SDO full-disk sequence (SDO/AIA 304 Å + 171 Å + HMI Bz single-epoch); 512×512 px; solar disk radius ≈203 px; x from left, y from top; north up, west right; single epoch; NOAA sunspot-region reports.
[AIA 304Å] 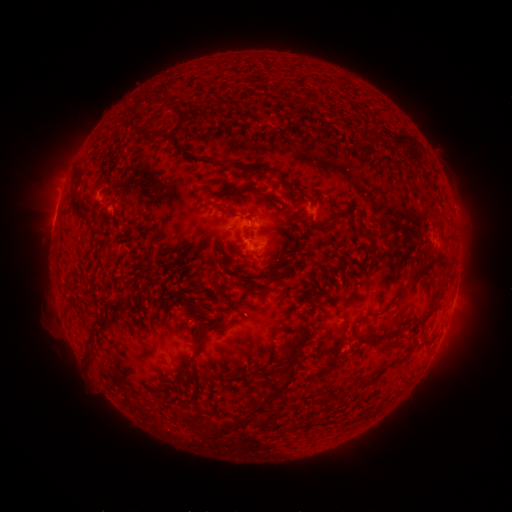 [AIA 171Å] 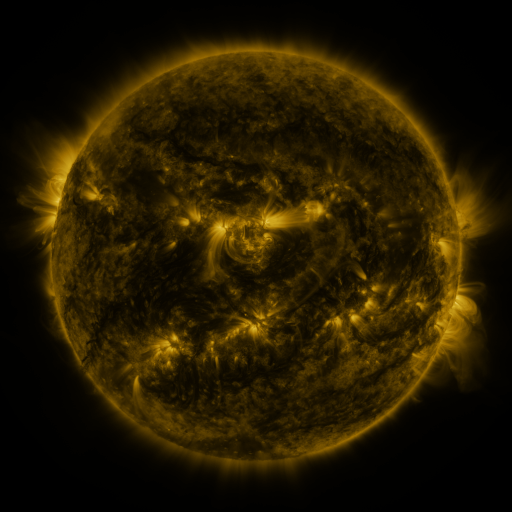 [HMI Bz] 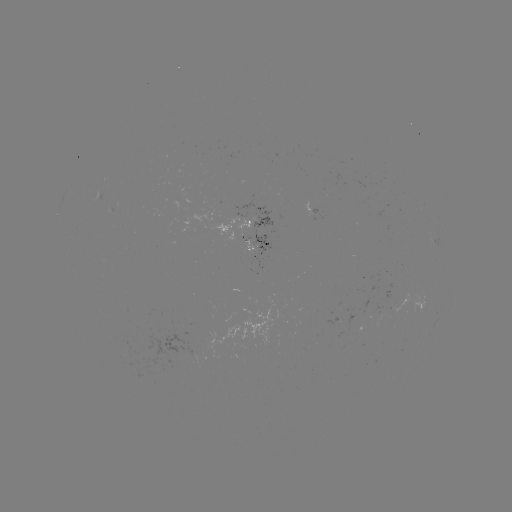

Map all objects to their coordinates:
spotted active region: (252, 225)
spotted active region: (256, 243)
